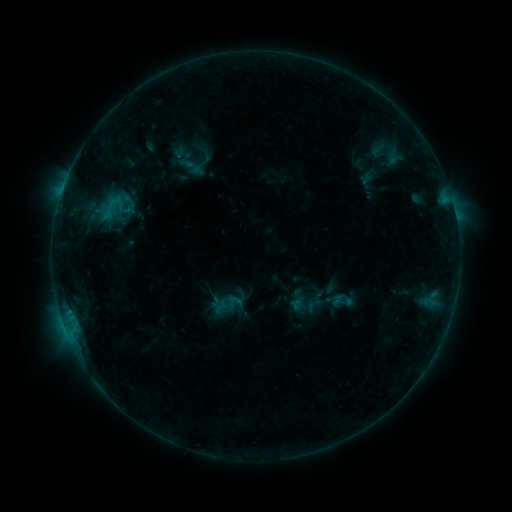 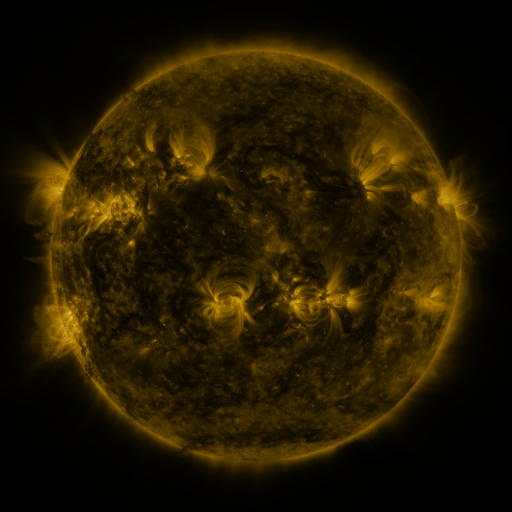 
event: sigmoid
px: (313, 305)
